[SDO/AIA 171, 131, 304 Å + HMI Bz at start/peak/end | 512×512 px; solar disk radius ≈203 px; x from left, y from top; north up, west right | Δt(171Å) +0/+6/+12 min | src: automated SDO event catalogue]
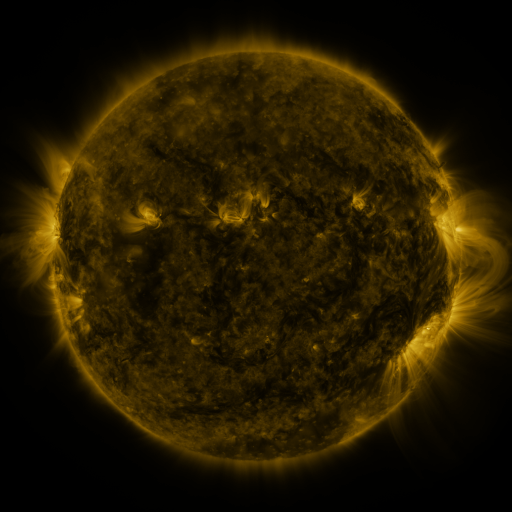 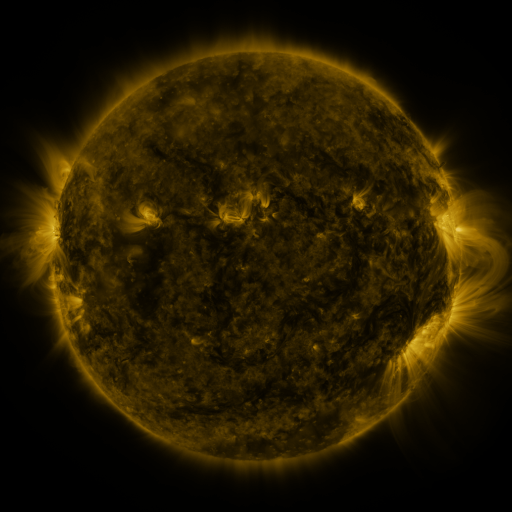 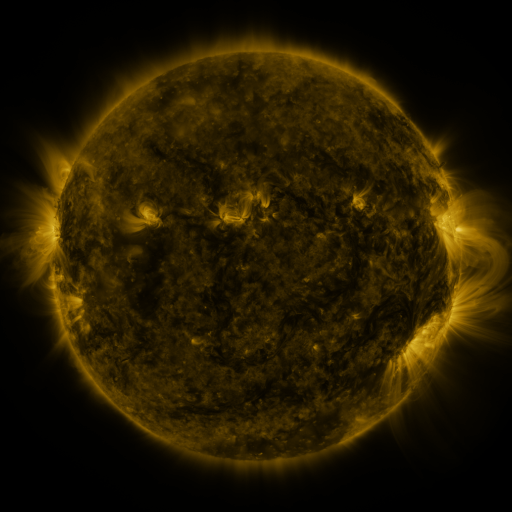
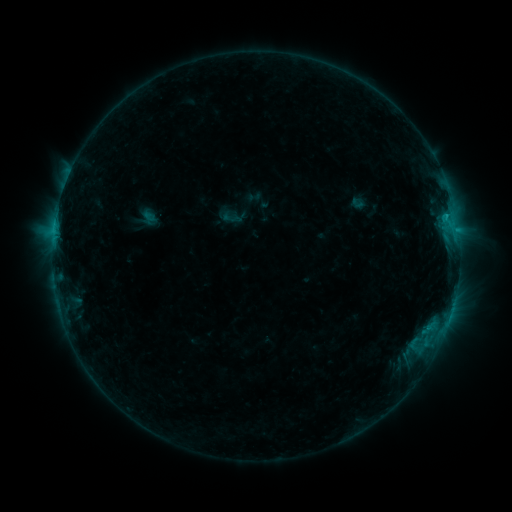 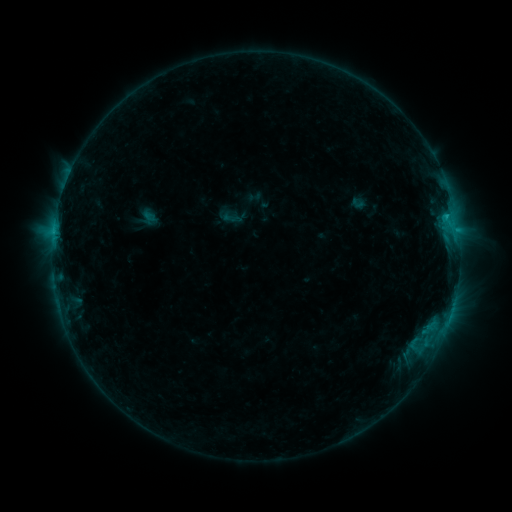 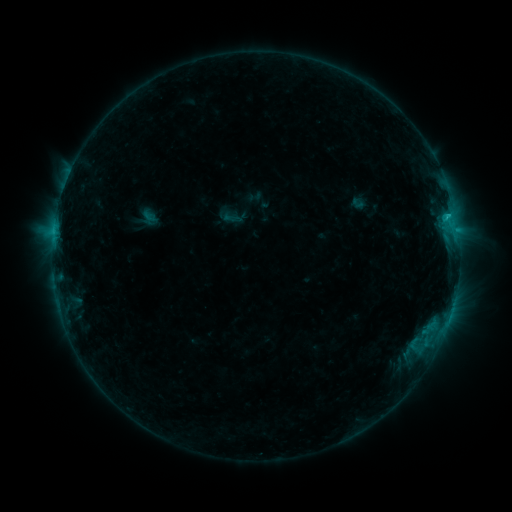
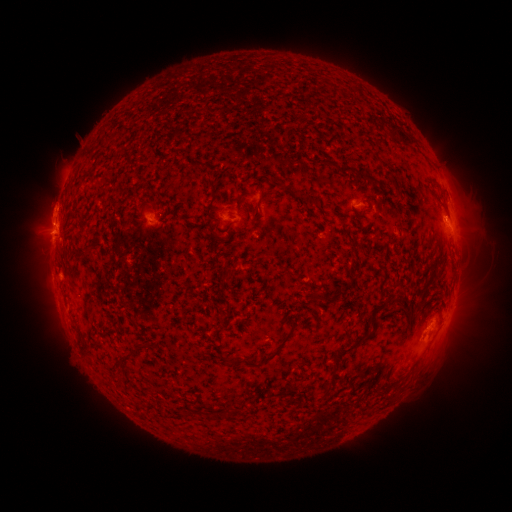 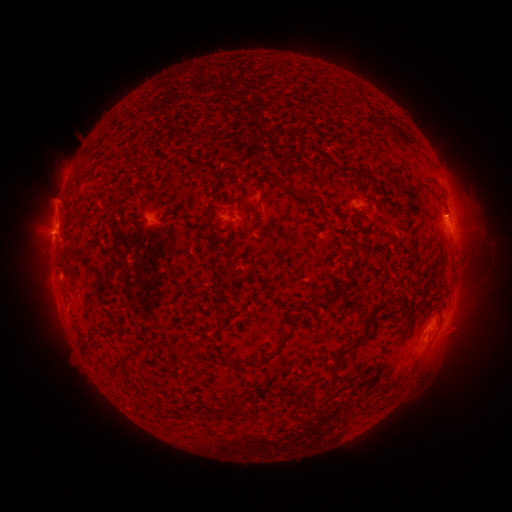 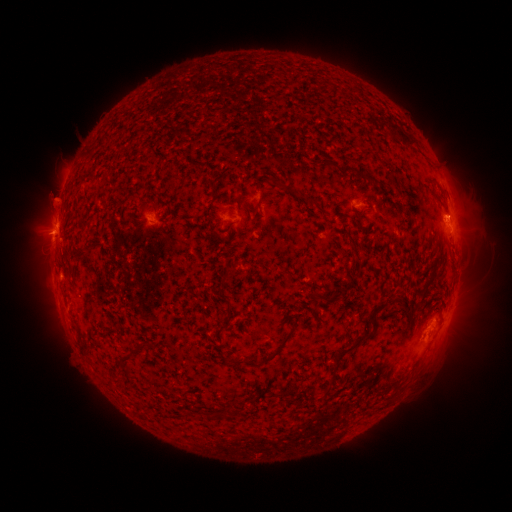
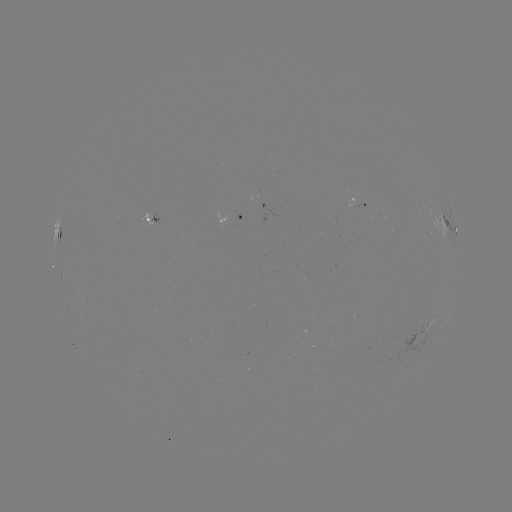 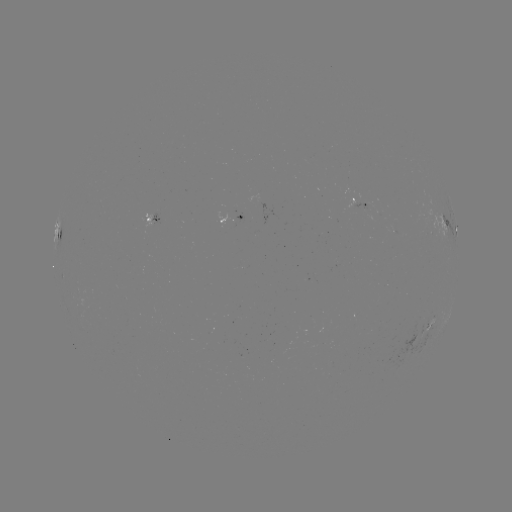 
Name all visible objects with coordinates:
eruption: (456, 212)
